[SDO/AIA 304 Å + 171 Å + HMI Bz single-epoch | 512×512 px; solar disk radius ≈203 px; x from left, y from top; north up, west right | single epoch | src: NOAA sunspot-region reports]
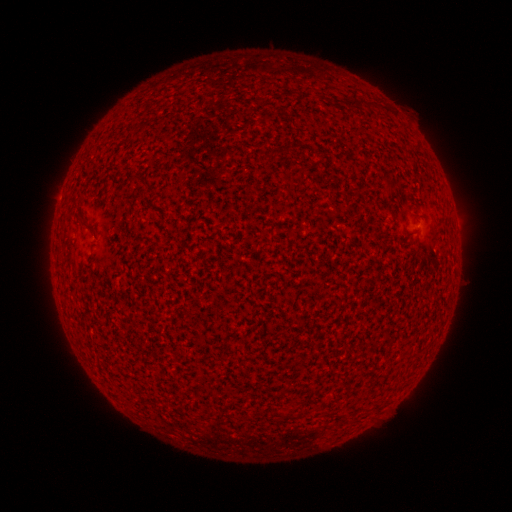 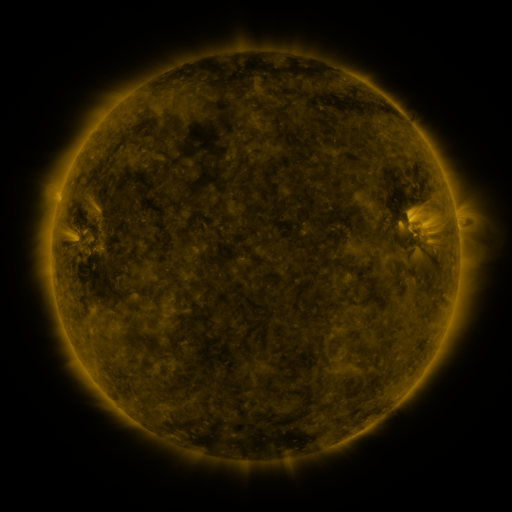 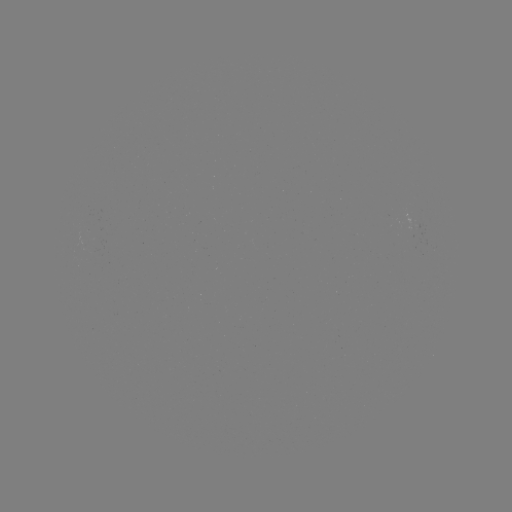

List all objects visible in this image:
(none)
